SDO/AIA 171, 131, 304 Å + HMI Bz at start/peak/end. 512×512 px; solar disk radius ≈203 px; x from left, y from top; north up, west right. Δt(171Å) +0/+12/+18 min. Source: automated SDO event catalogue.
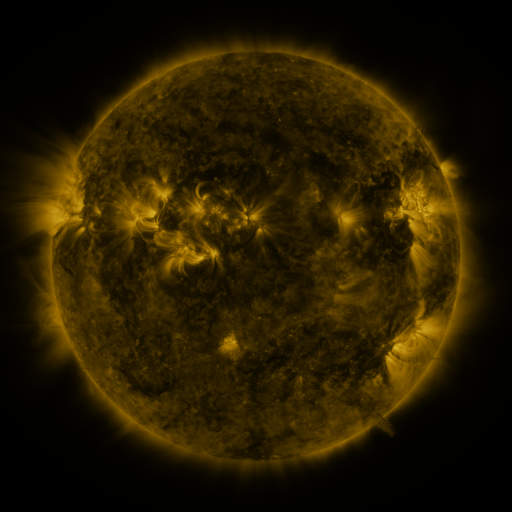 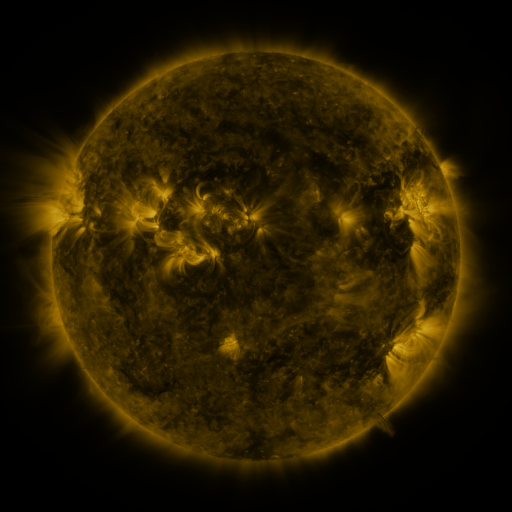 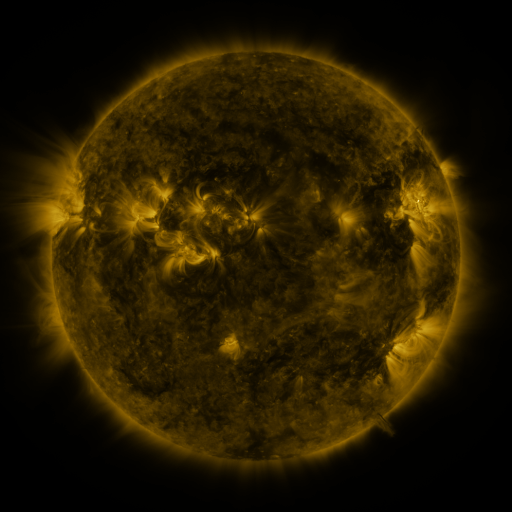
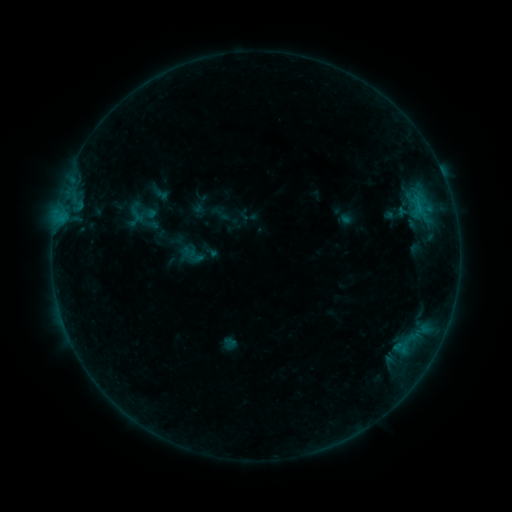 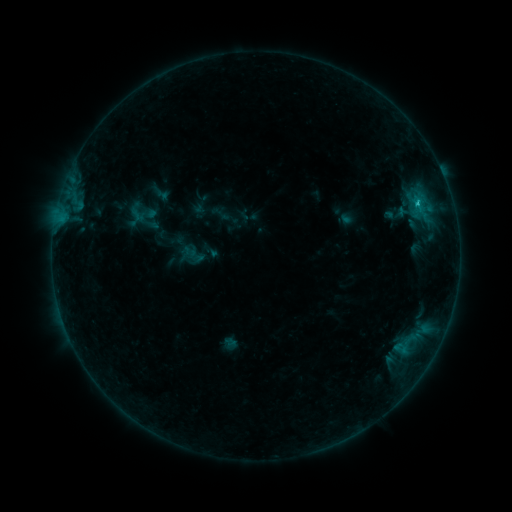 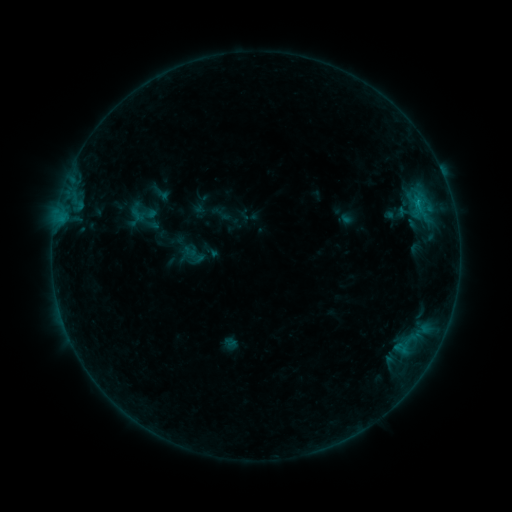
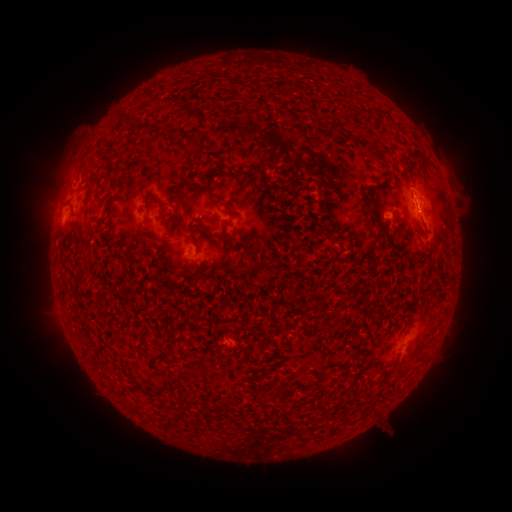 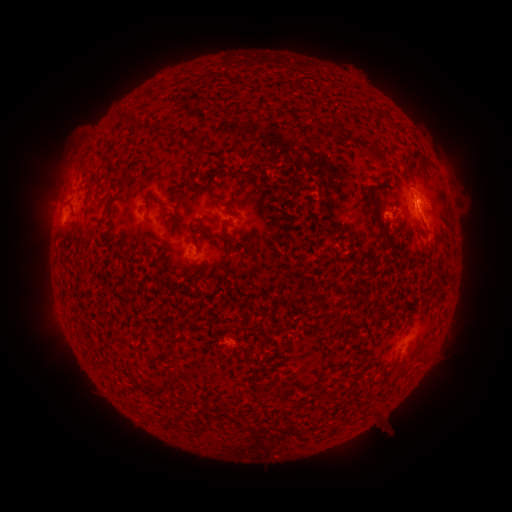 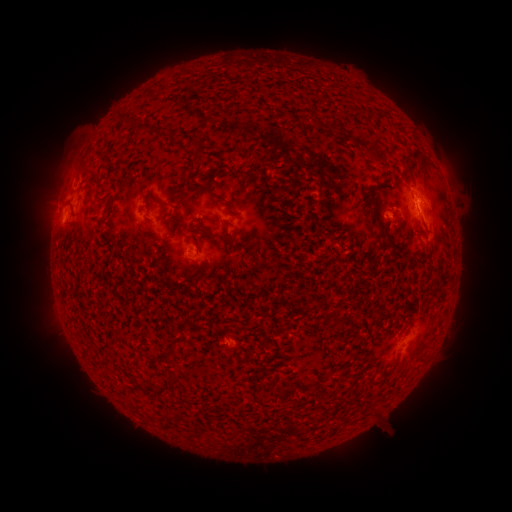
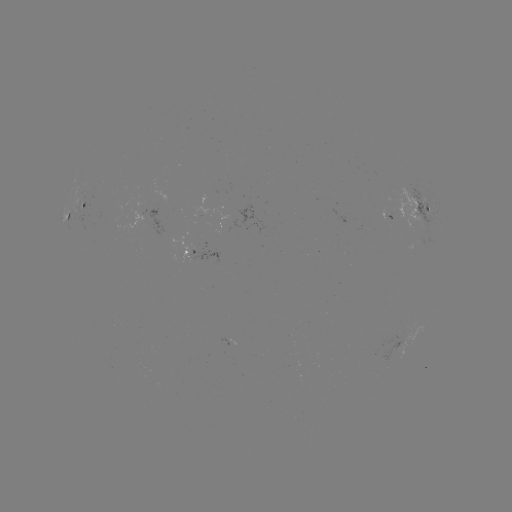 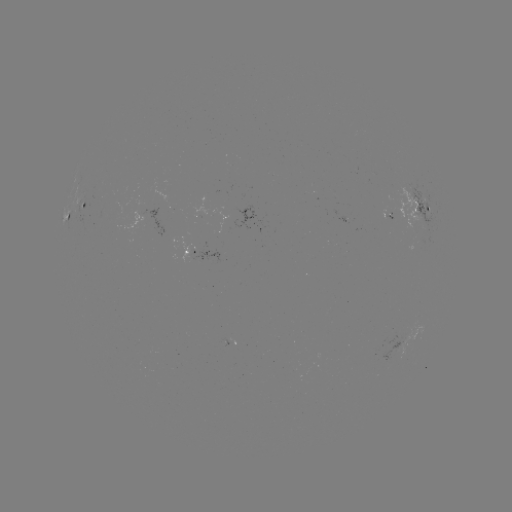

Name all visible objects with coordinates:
B7.9 flare: (417, 203)
